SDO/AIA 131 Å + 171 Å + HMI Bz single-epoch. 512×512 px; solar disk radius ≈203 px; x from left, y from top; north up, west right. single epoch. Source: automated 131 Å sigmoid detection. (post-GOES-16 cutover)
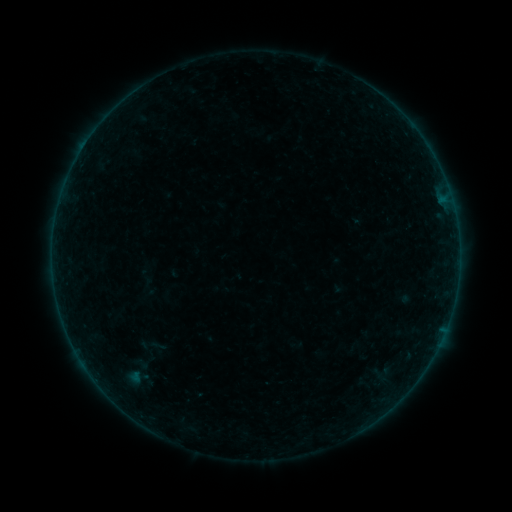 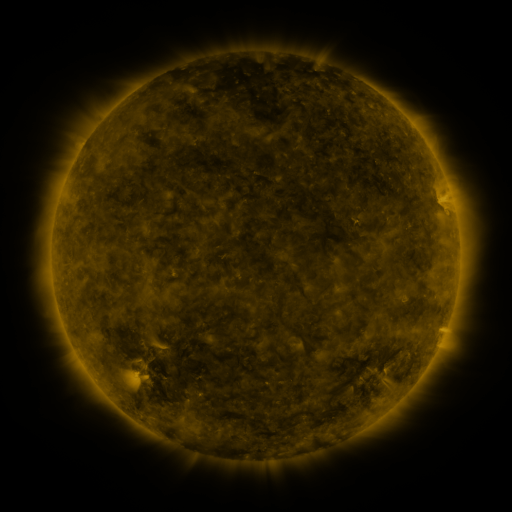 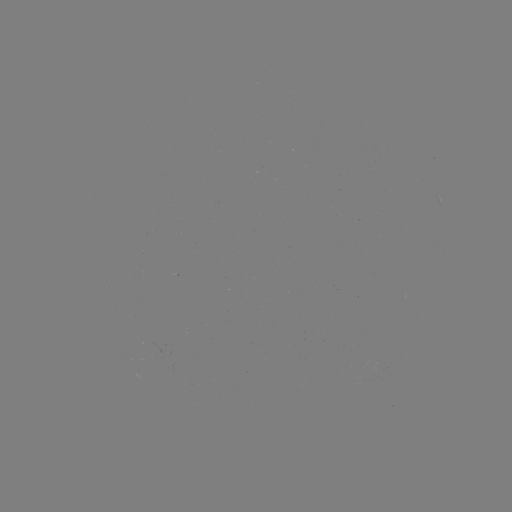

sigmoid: (125, 353, 156, 375)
